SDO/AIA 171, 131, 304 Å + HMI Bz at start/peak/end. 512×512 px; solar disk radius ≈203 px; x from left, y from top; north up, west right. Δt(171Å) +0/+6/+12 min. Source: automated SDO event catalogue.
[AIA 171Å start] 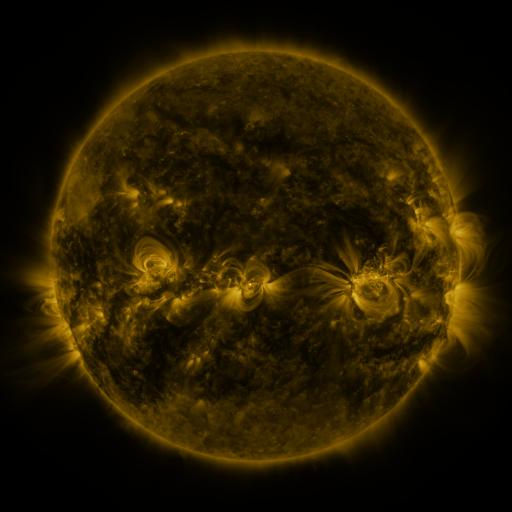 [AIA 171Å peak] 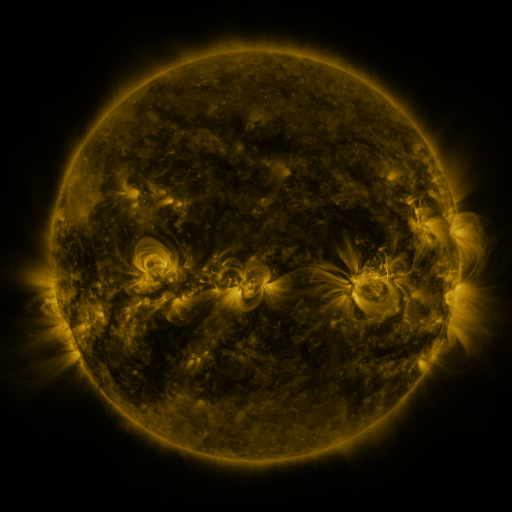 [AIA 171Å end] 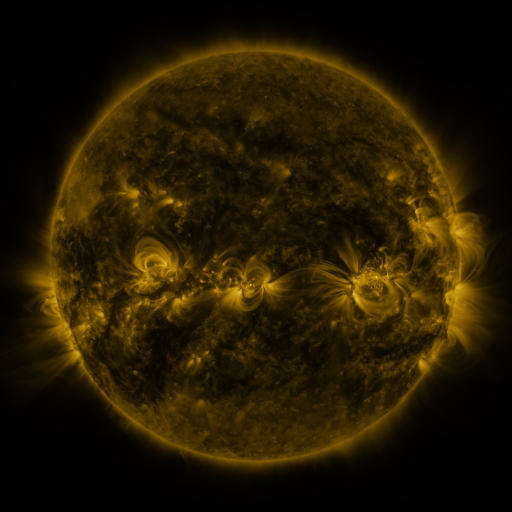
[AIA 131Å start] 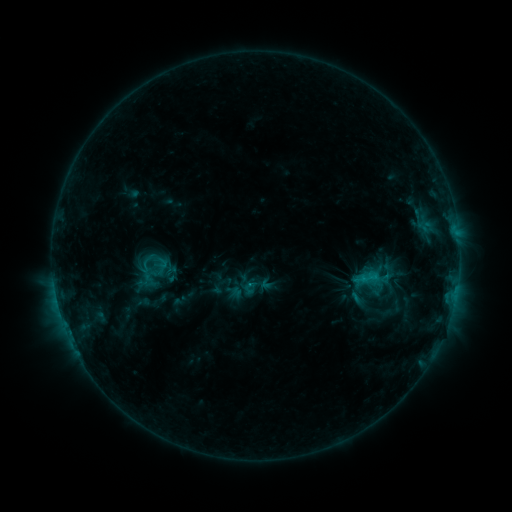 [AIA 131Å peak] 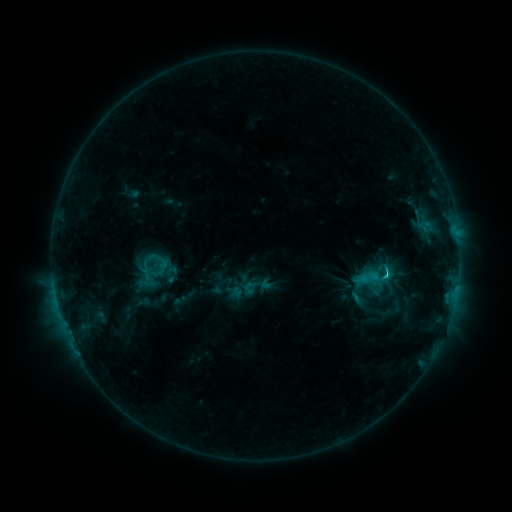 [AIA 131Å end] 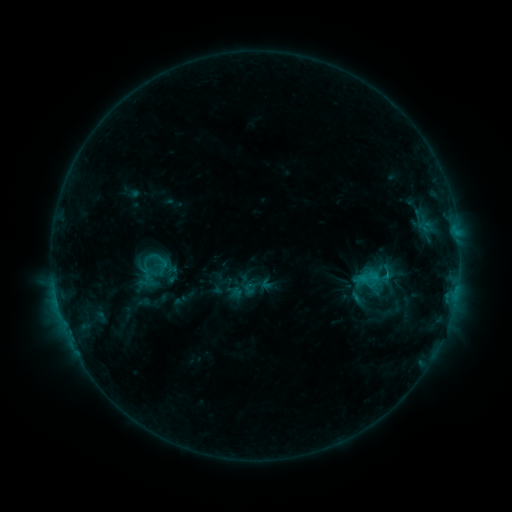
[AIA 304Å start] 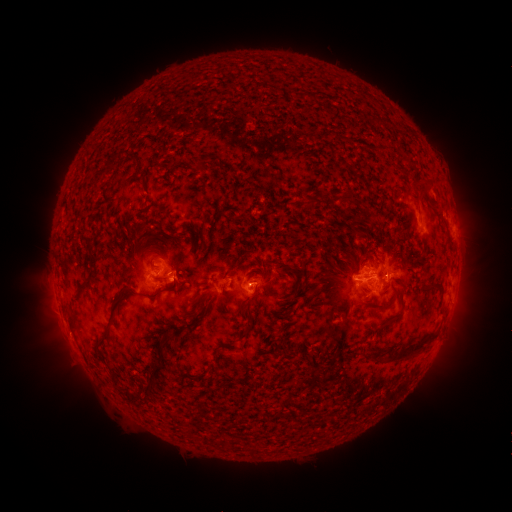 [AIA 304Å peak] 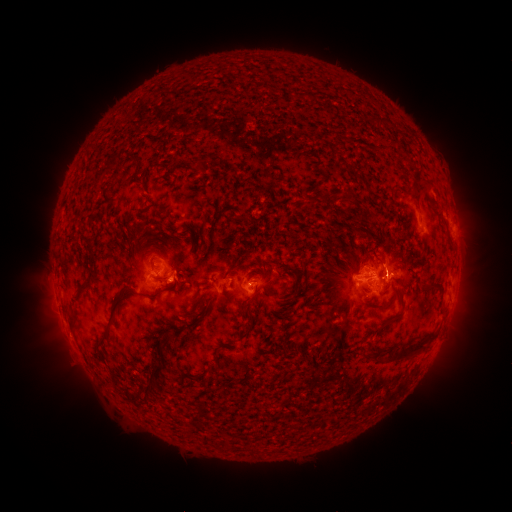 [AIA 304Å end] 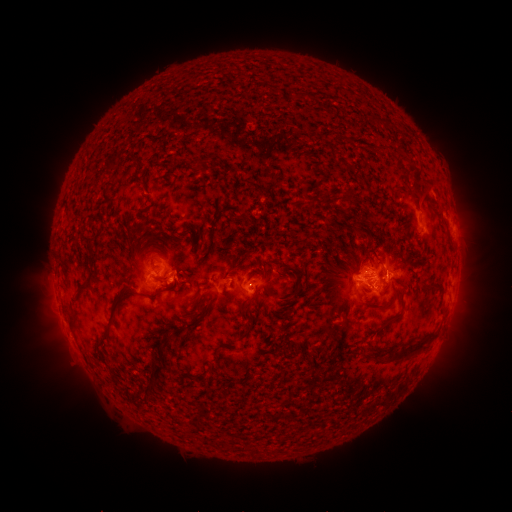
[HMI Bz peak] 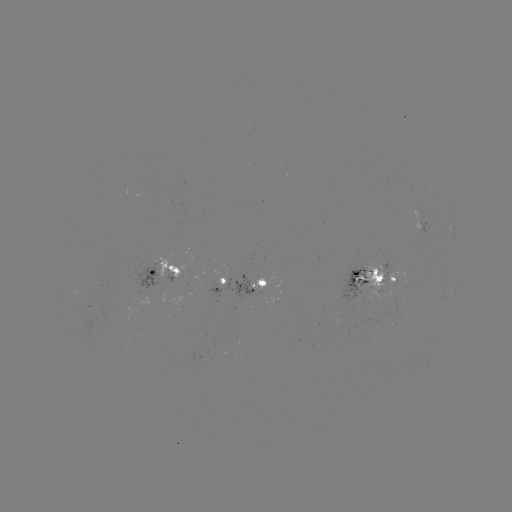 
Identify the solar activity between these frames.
C1.7 flare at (385, 272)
